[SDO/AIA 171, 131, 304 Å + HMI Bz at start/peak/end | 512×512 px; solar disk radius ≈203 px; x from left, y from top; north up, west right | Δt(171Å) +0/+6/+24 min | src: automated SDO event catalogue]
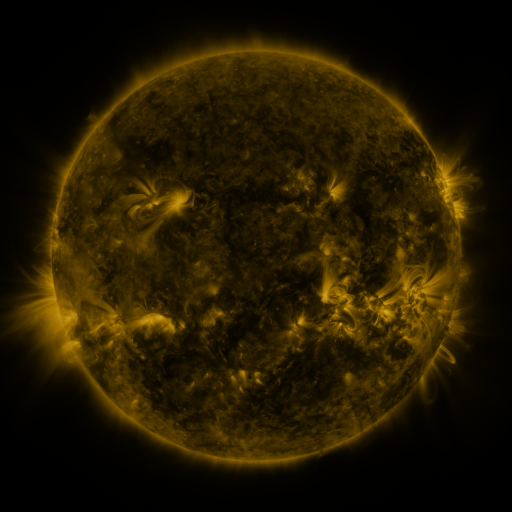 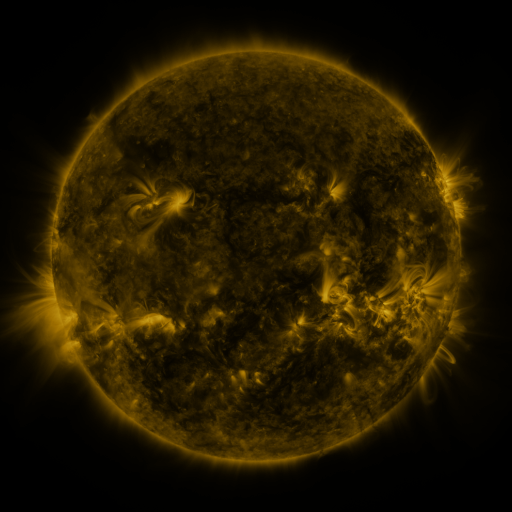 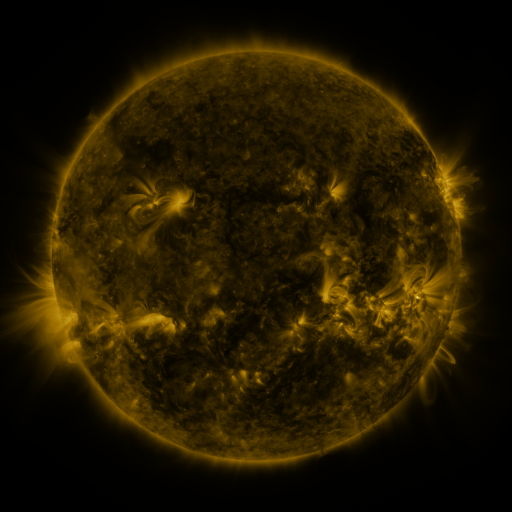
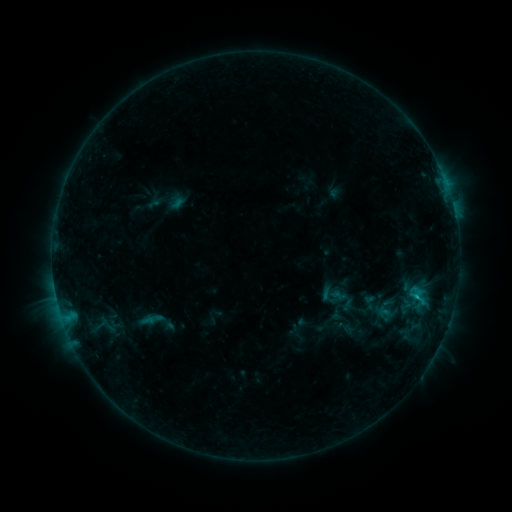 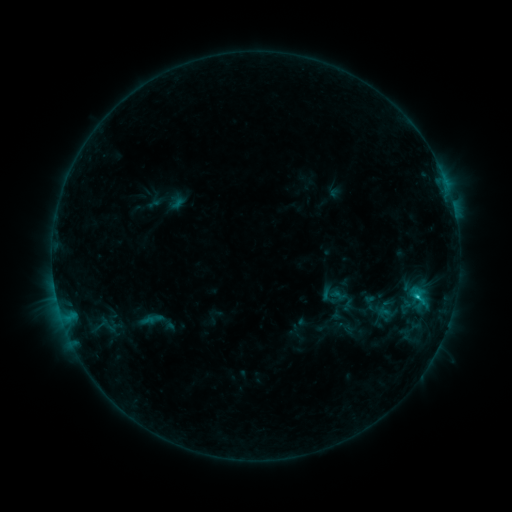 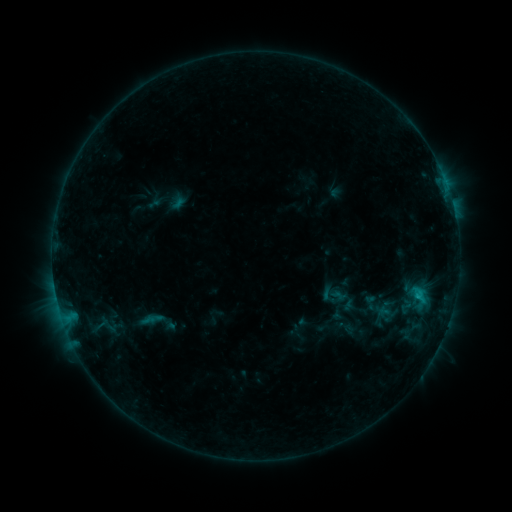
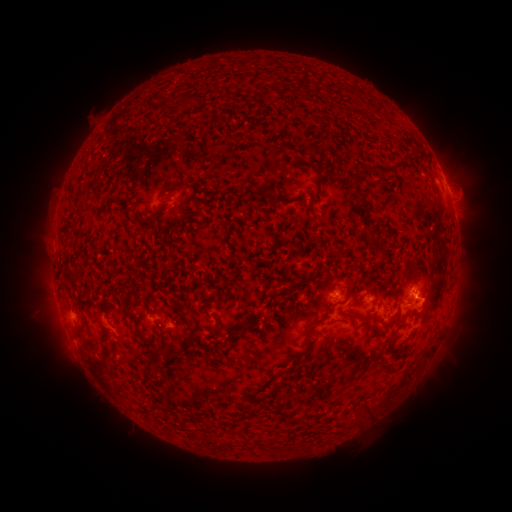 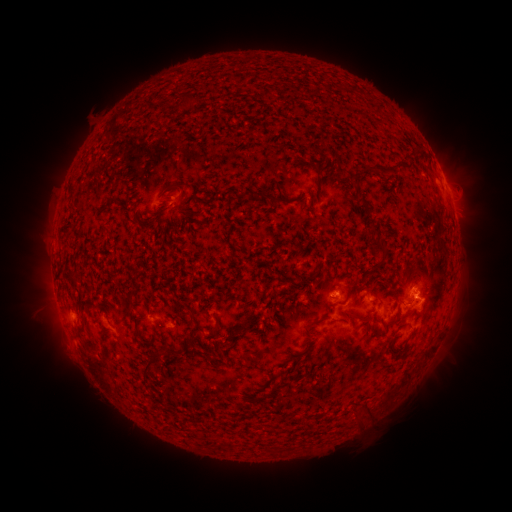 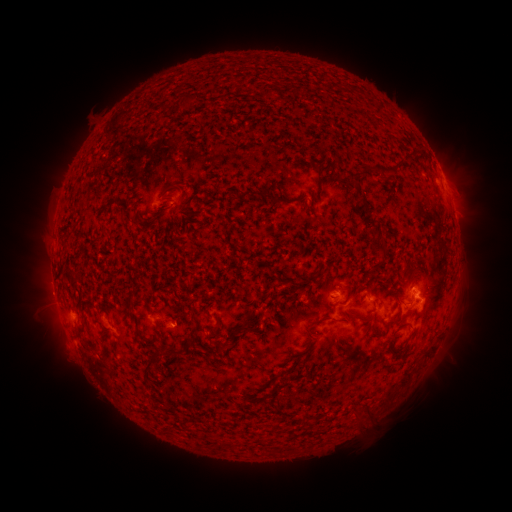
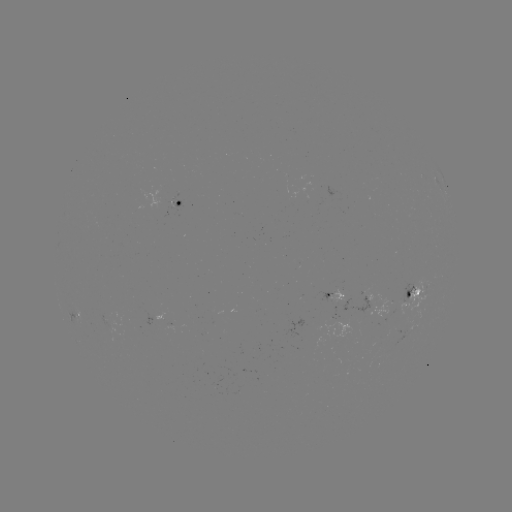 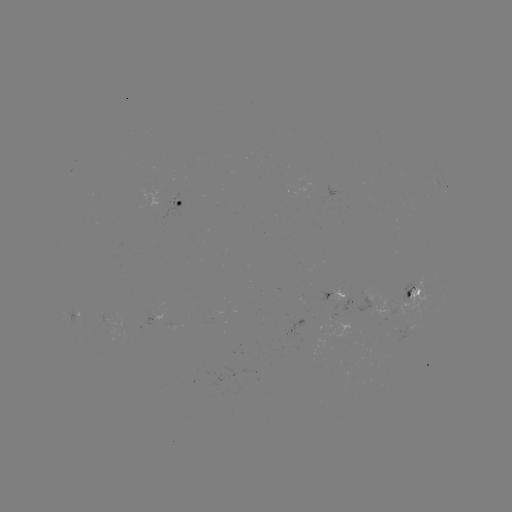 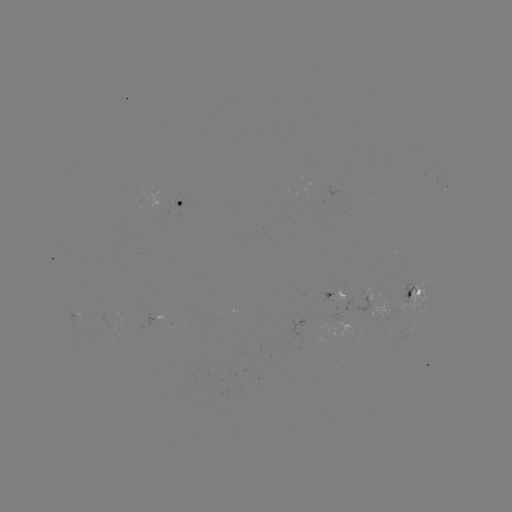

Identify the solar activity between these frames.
C1.0 flare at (417, 295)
